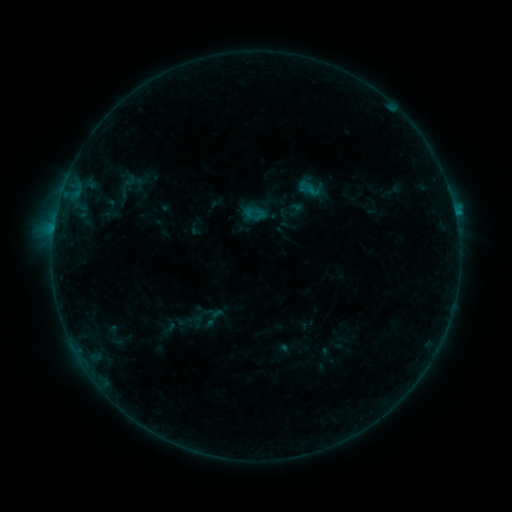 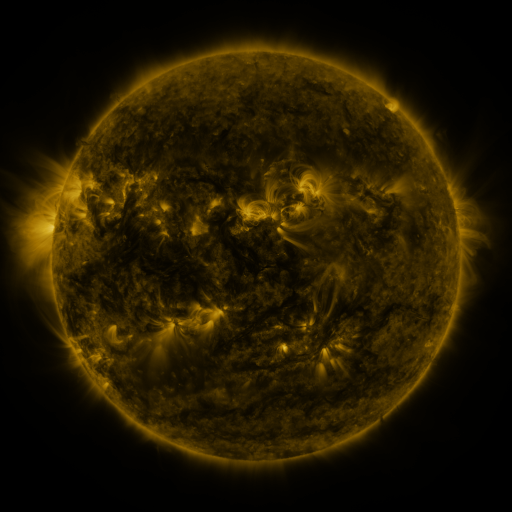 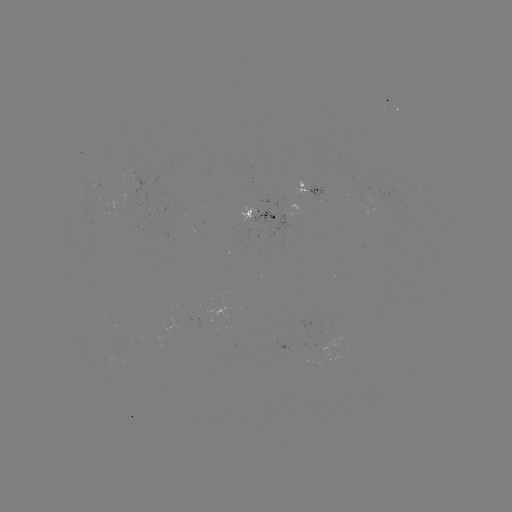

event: sigmoid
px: (127, 185)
